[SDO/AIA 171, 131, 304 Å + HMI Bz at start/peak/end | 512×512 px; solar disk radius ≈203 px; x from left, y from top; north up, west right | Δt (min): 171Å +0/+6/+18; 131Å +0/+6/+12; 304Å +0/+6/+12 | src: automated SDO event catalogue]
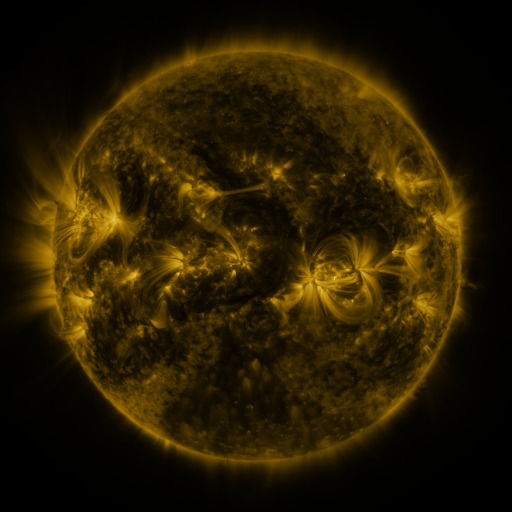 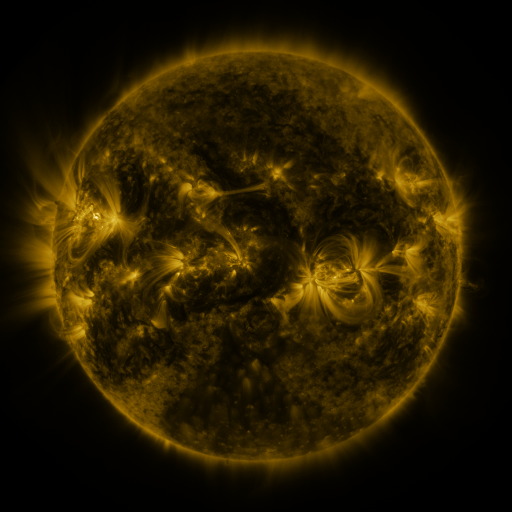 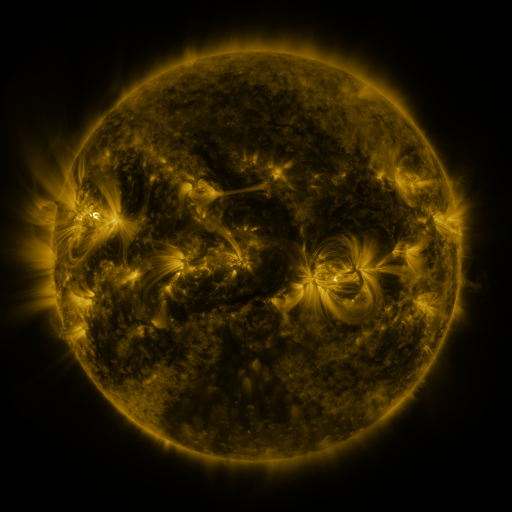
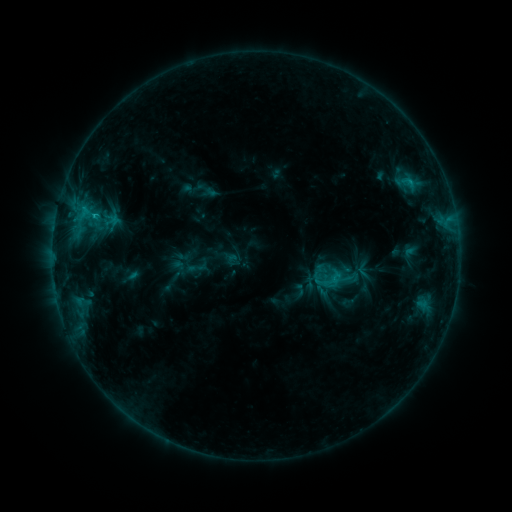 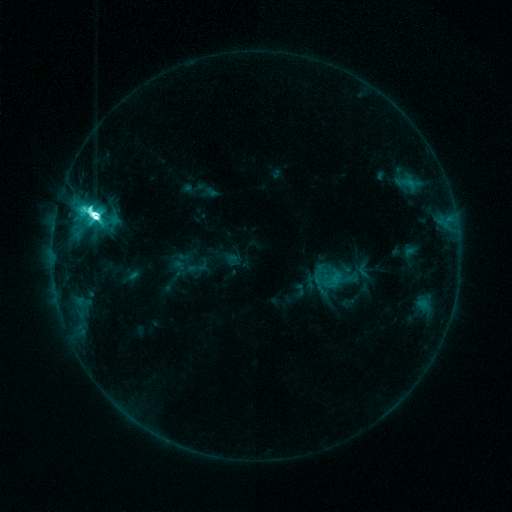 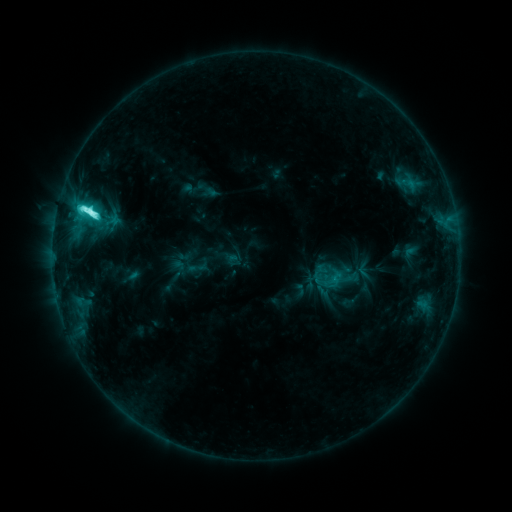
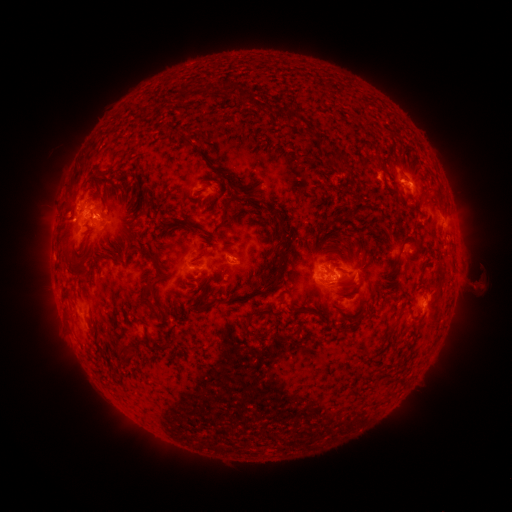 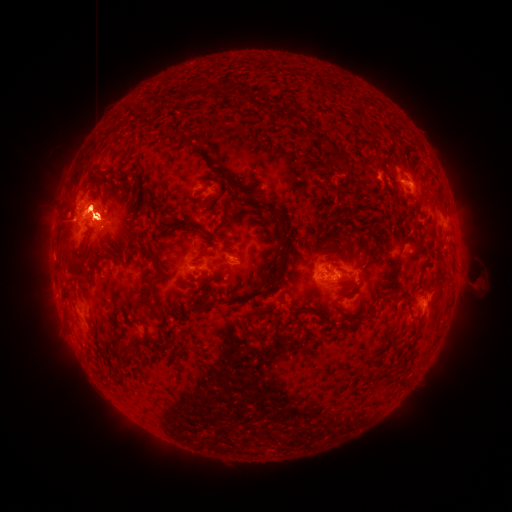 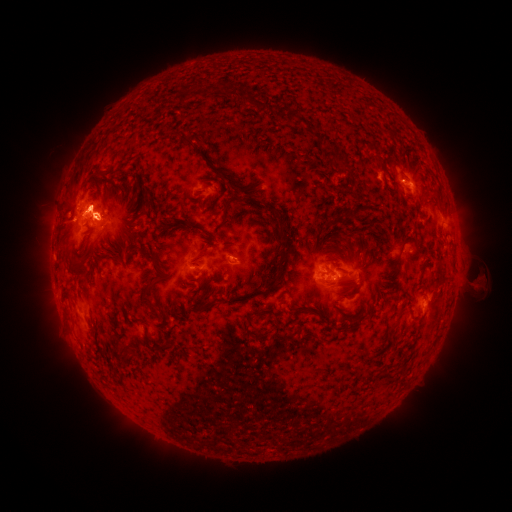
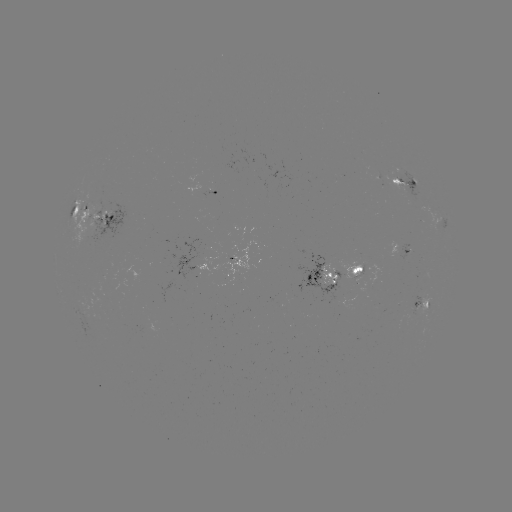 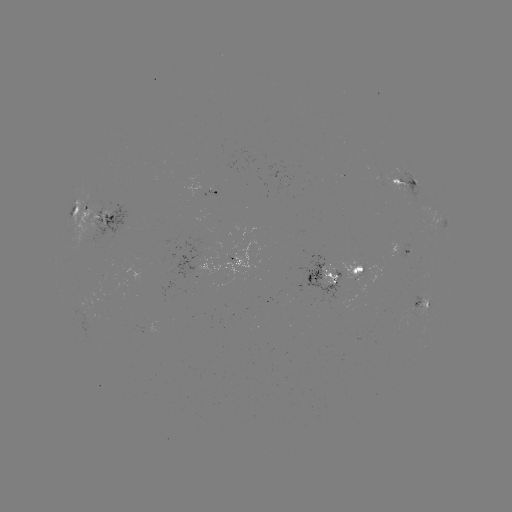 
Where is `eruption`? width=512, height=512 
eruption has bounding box [73, 176, 124, 218].